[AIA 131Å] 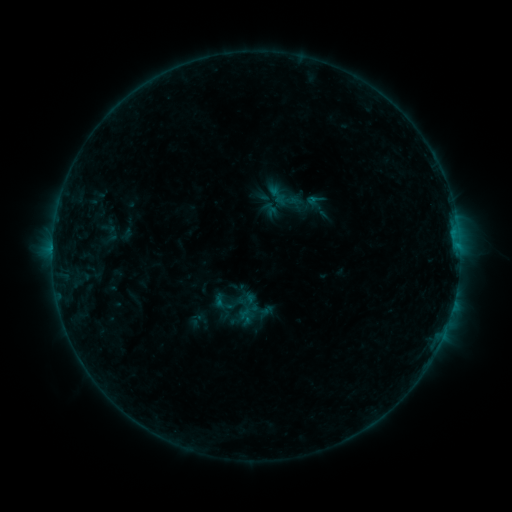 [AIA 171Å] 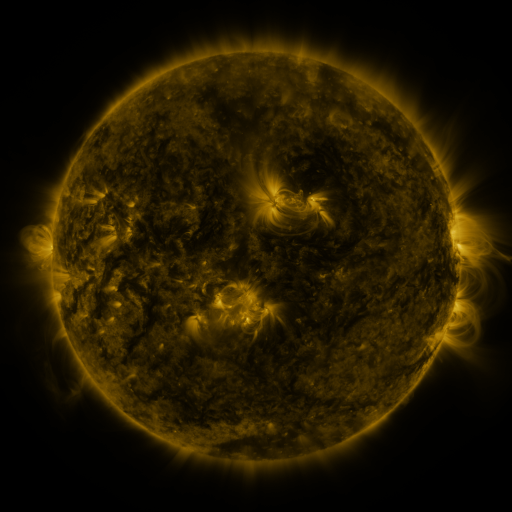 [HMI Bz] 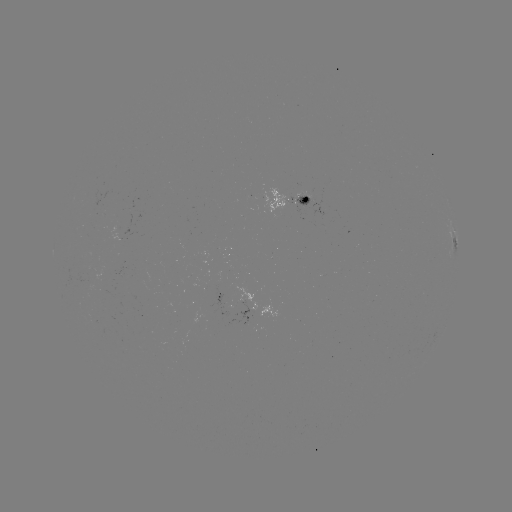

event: sigmoid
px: (227, 302)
